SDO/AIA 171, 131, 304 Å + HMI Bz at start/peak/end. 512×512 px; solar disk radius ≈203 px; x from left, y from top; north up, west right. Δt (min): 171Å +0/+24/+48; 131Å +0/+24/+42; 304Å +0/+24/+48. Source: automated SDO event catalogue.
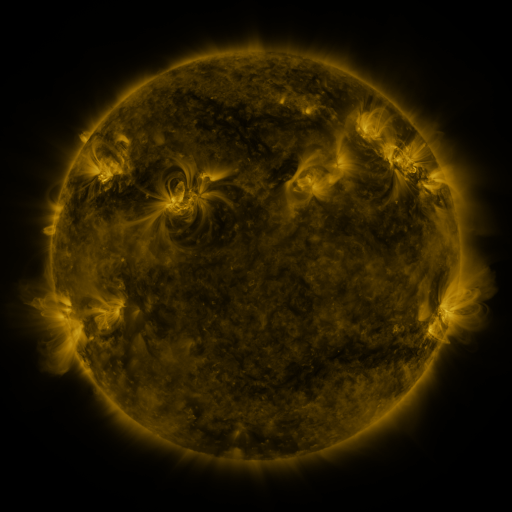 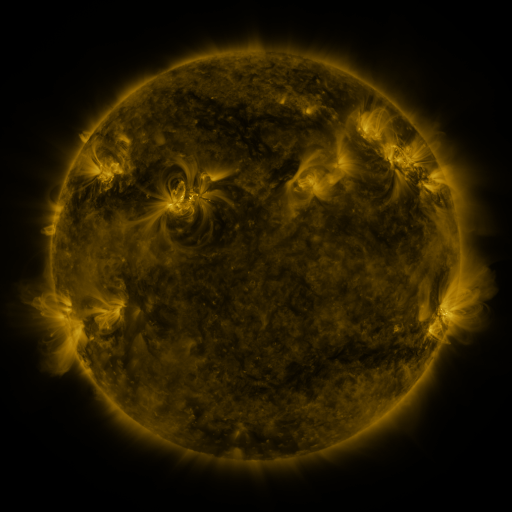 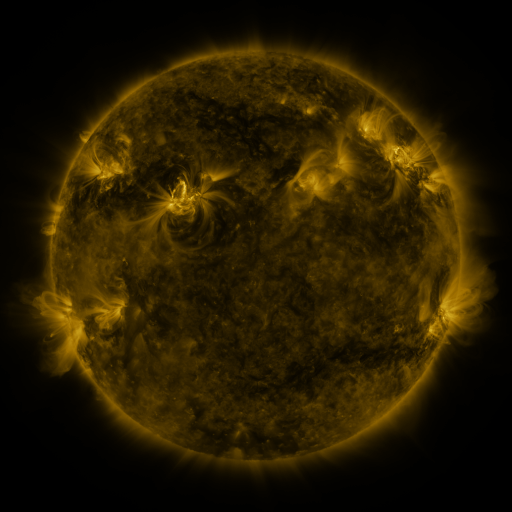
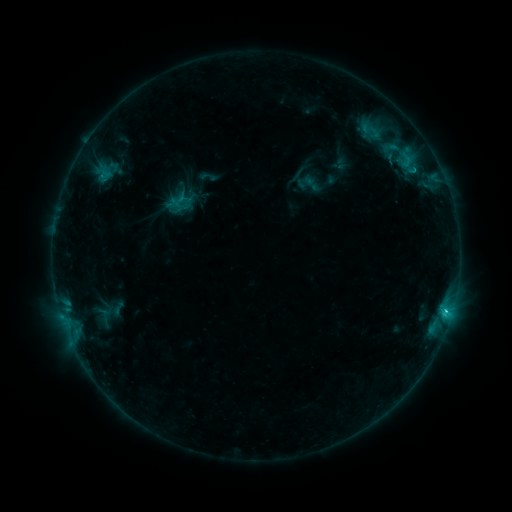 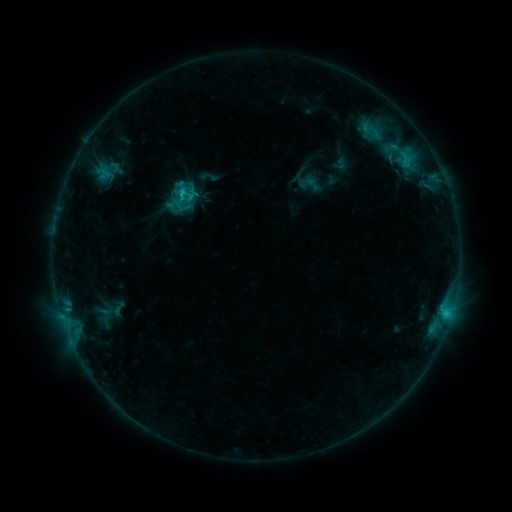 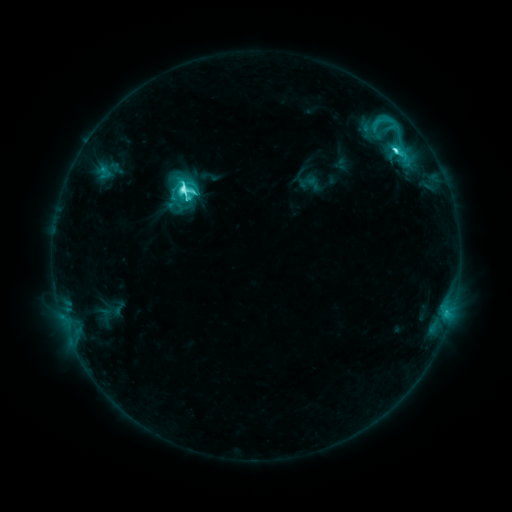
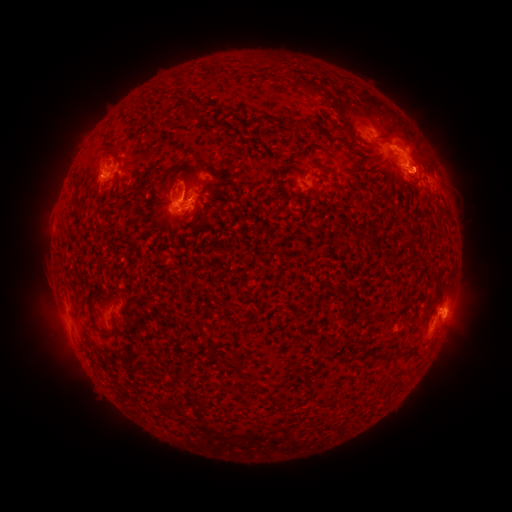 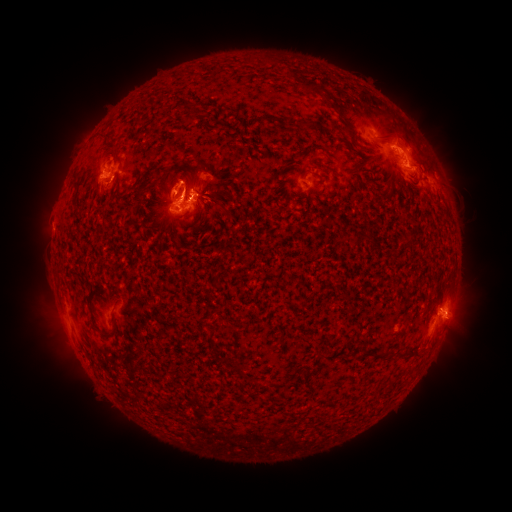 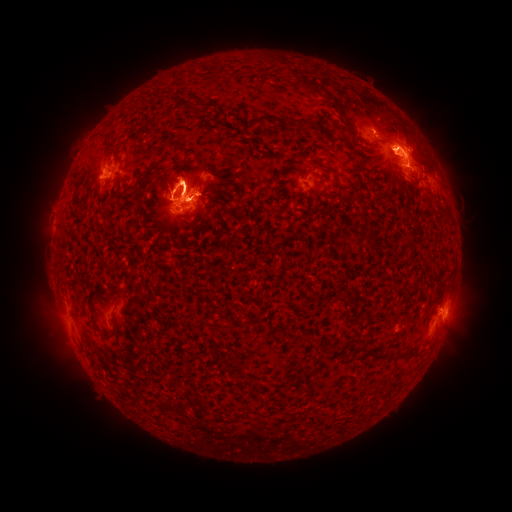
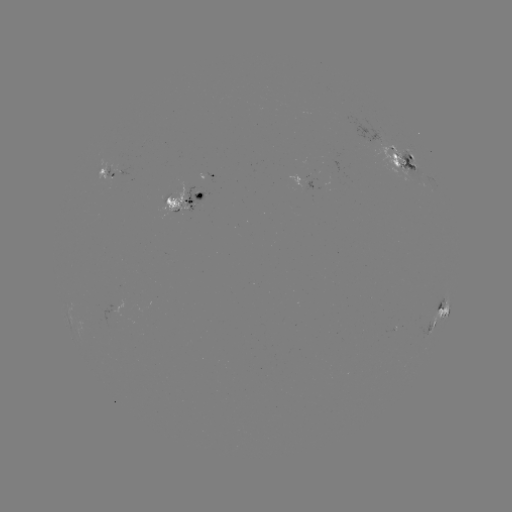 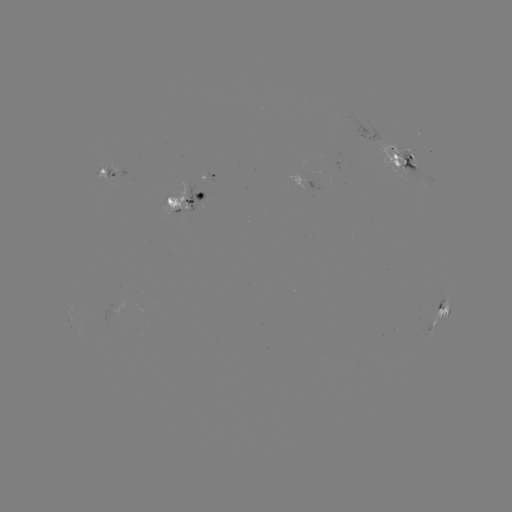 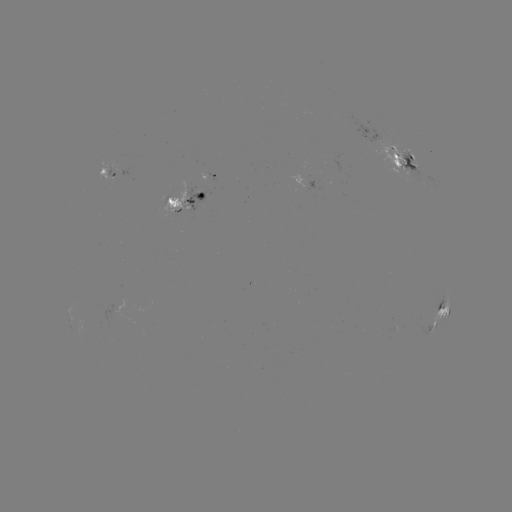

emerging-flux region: [182, 187, 204, 212]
